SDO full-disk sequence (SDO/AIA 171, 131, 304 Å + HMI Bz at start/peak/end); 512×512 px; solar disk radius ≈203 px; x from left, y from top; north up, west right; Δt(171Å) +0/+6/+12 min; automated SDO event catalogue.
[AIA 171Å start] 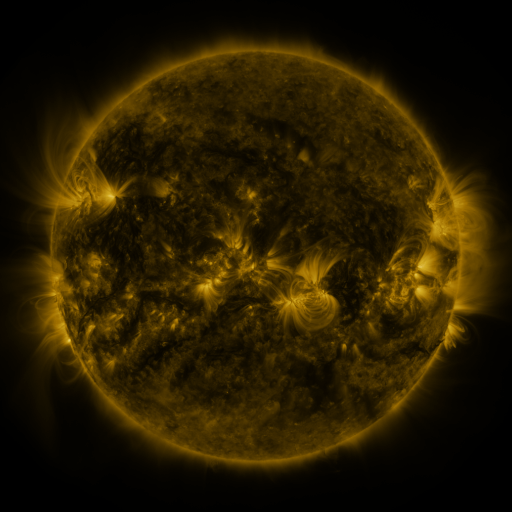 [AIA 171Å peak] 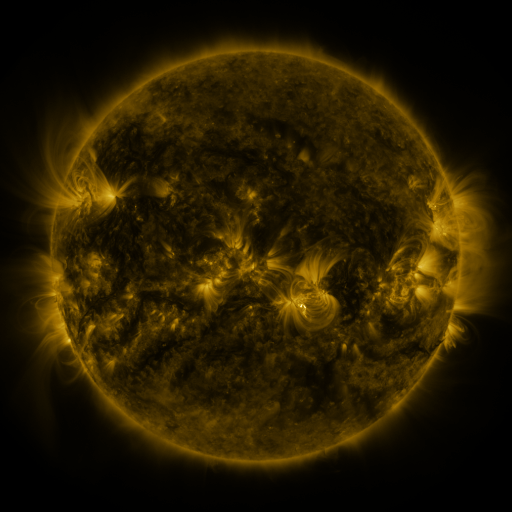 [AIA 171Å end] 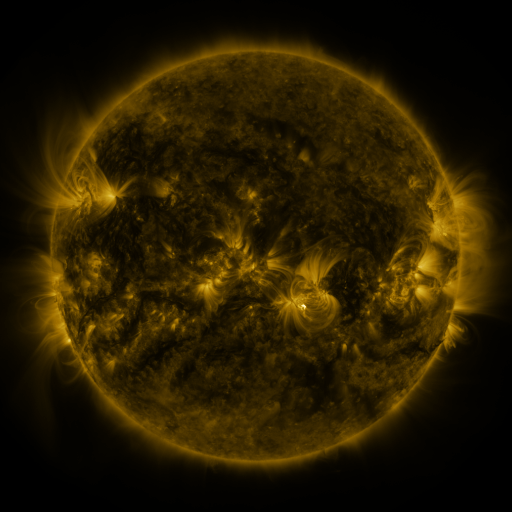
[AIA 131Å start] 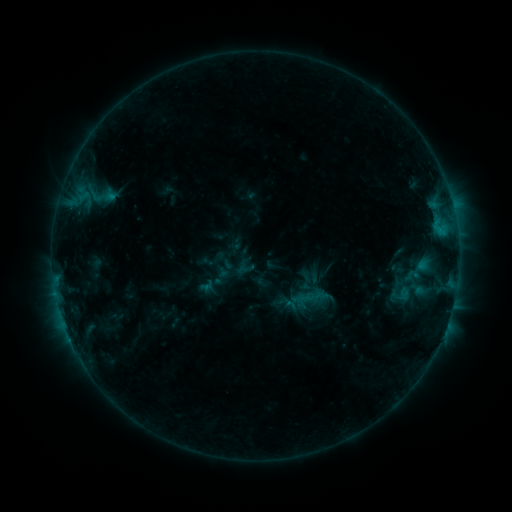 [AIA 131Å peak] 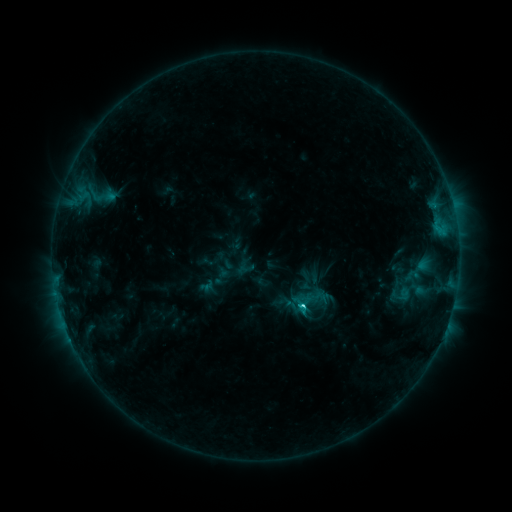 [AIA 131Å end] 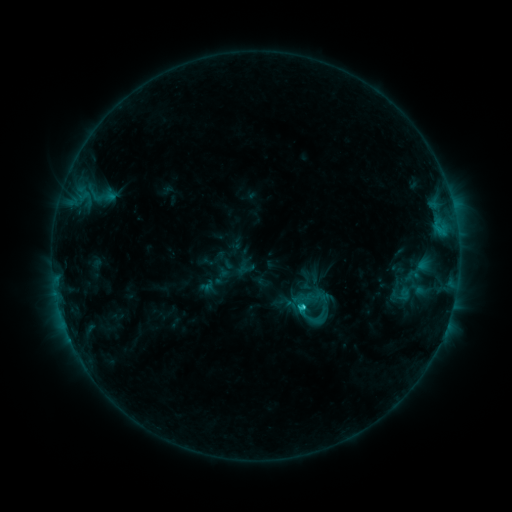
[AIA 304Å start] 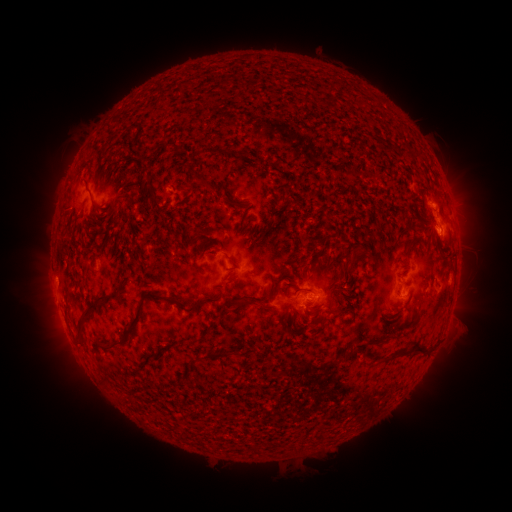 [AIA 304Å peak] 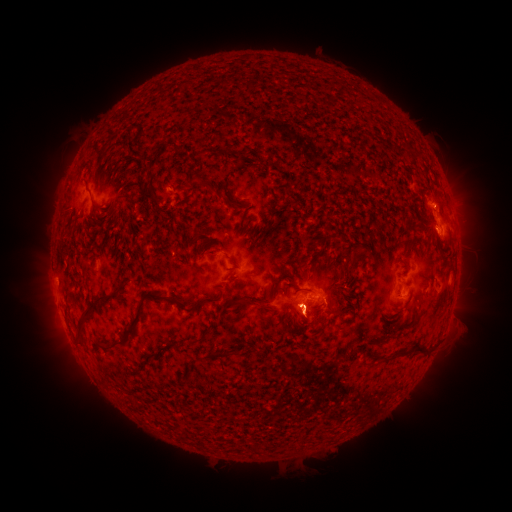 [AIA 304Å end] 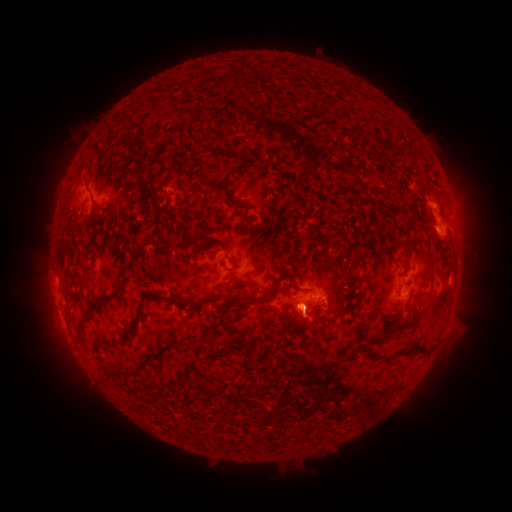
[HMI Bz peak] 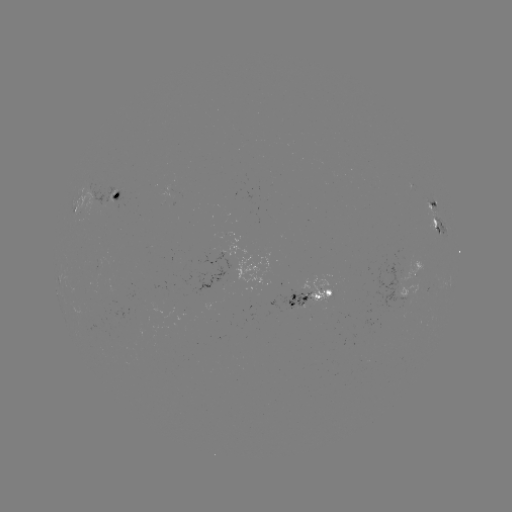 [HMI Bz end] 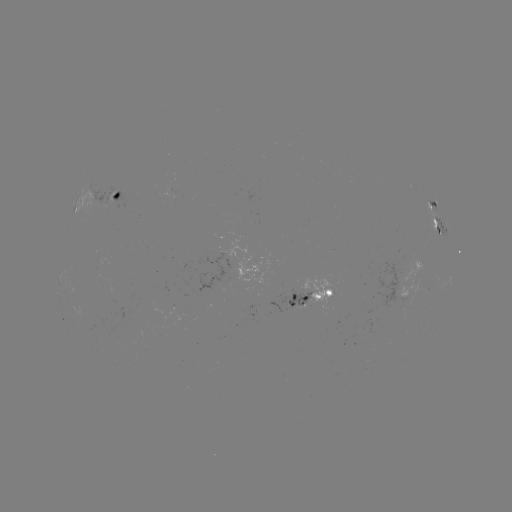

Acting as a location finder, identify eruption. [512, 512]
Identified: (304, 314).